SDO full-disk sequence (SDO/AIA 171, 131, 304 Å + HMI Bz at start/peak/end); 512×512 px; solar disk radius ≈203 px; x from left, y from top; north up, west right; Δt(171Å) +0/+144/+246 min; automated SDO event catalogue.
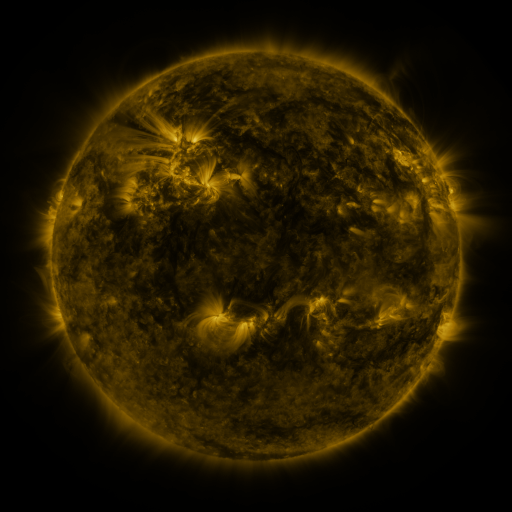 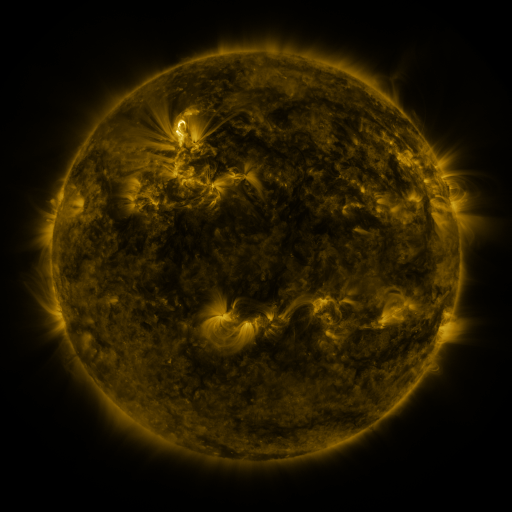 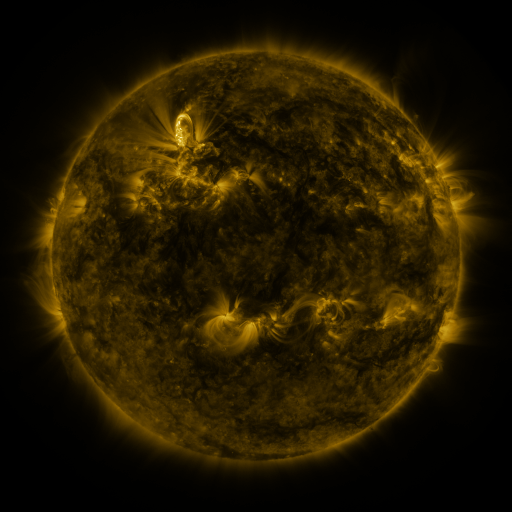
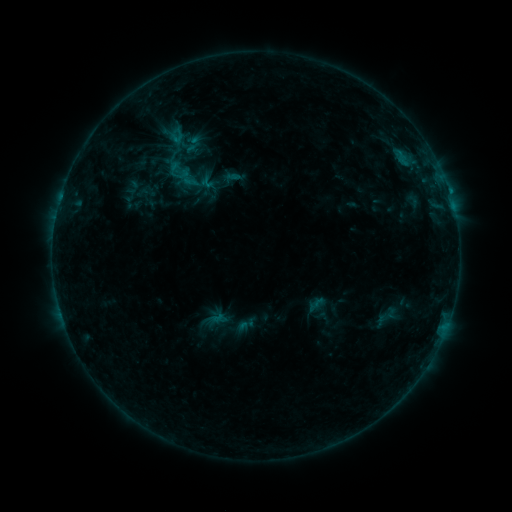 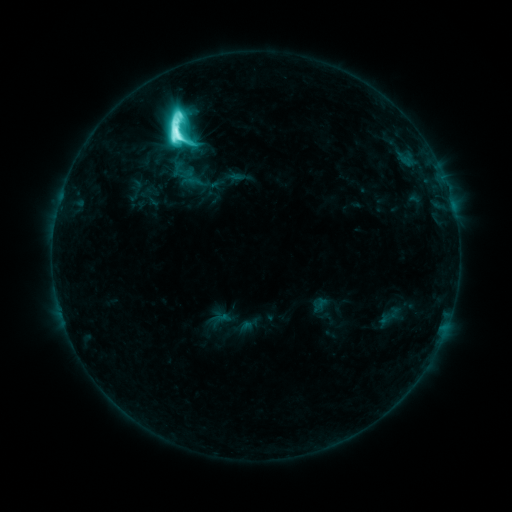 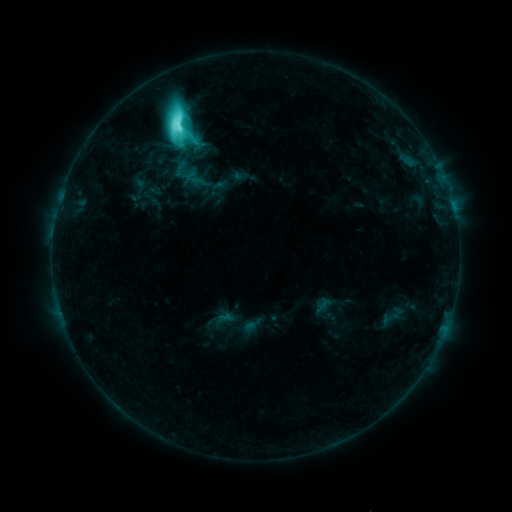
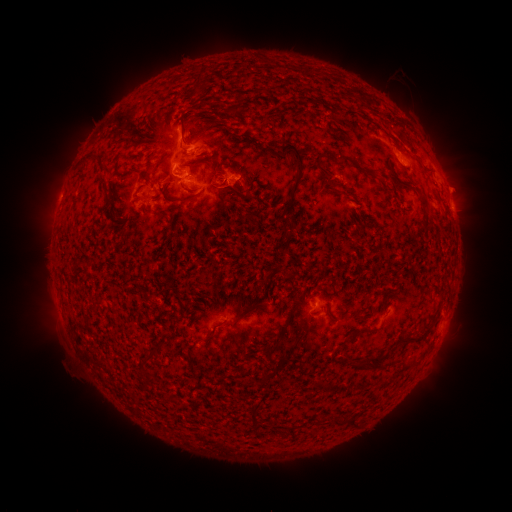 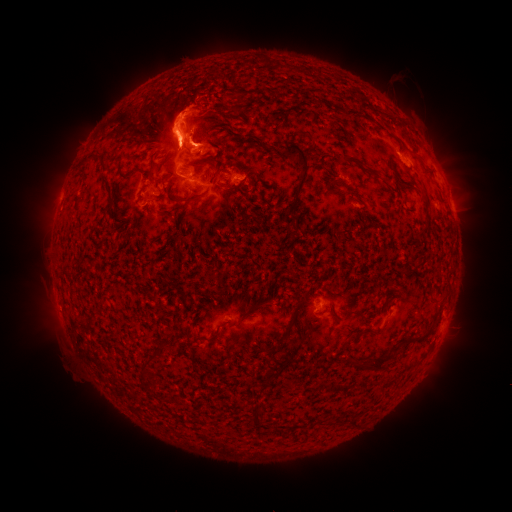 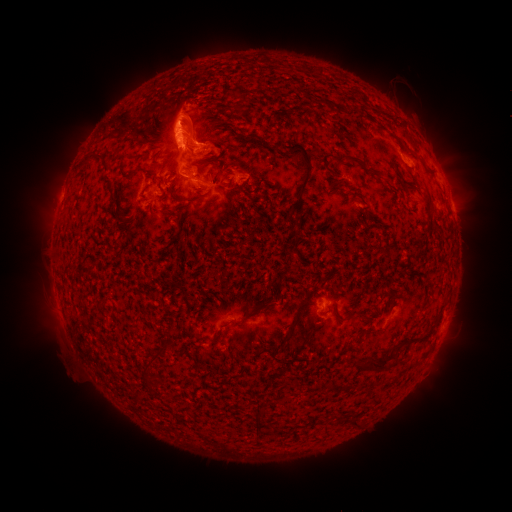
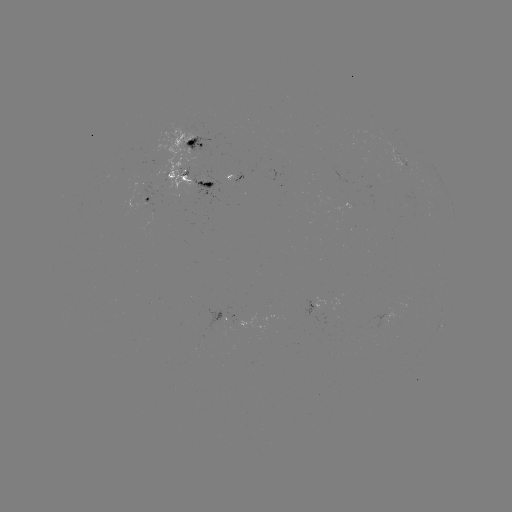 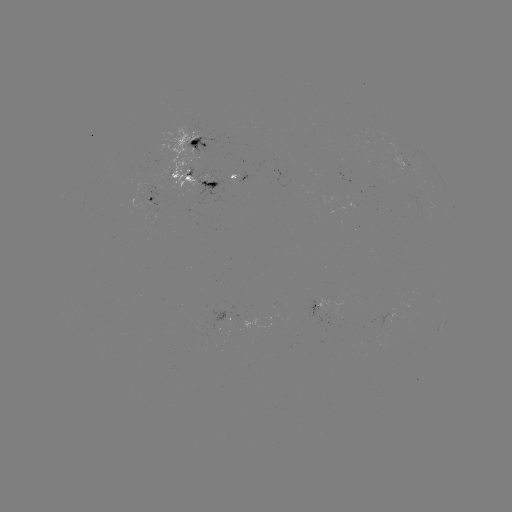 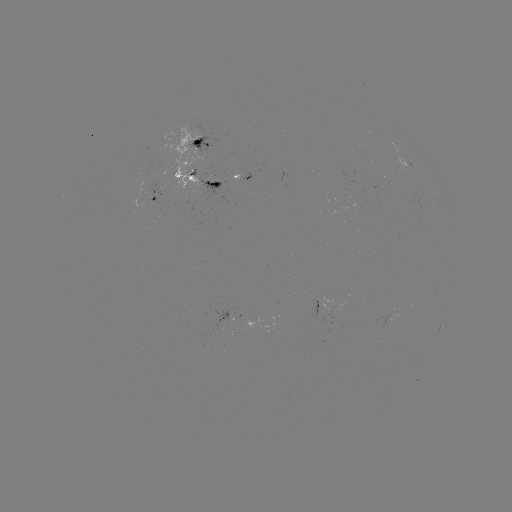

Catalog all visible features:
M3.2 flare: (177, 135)
